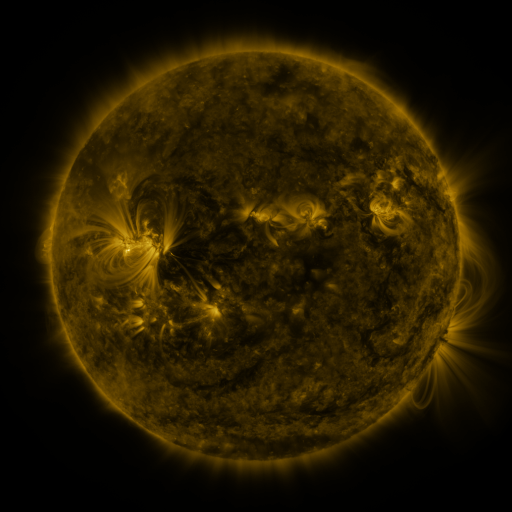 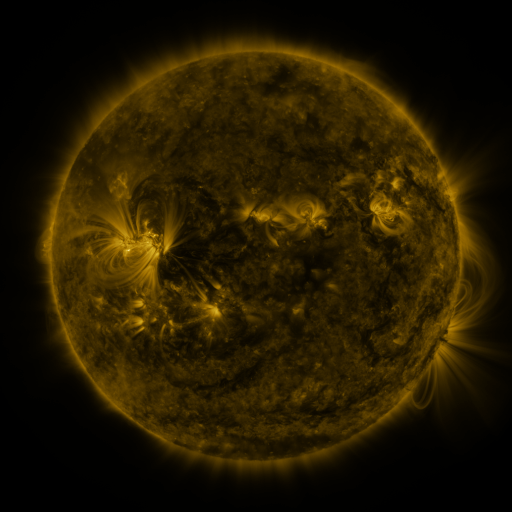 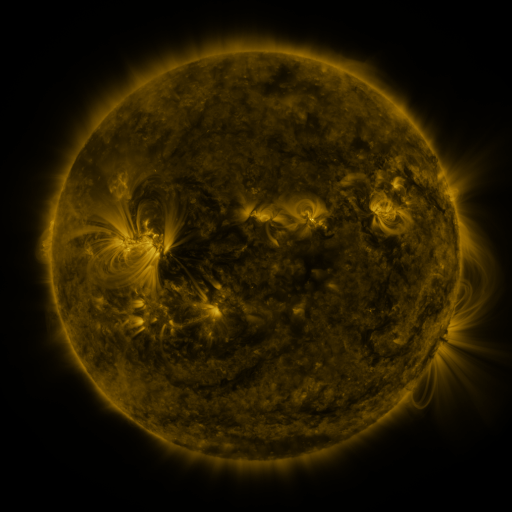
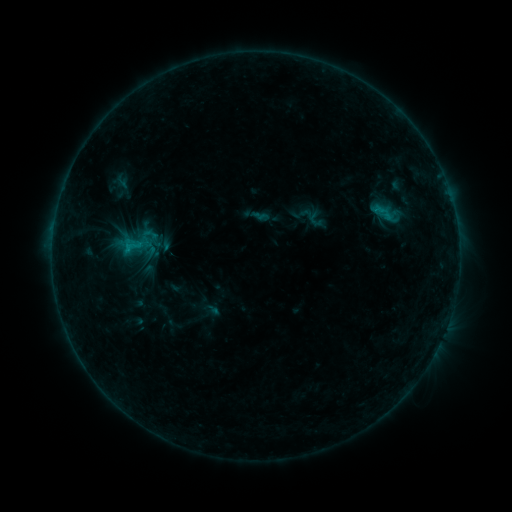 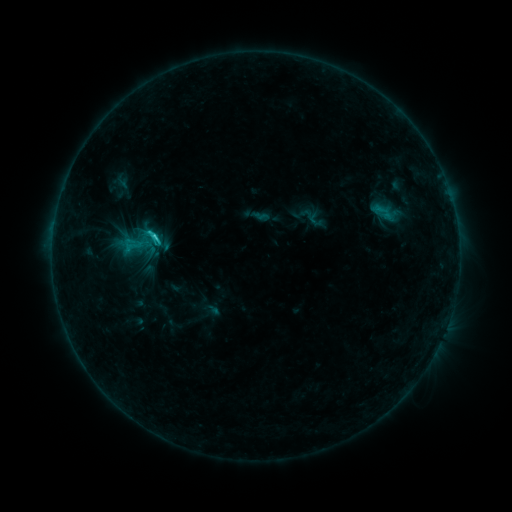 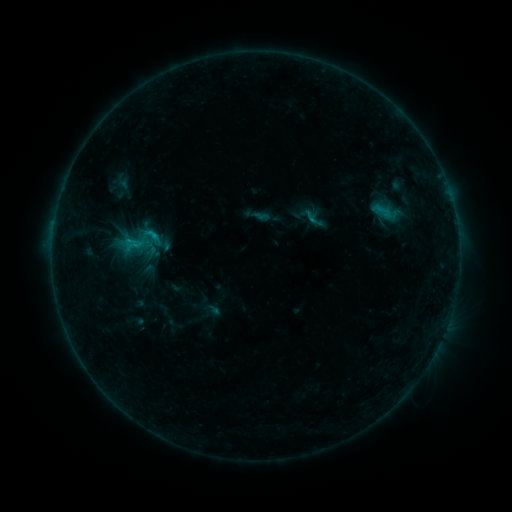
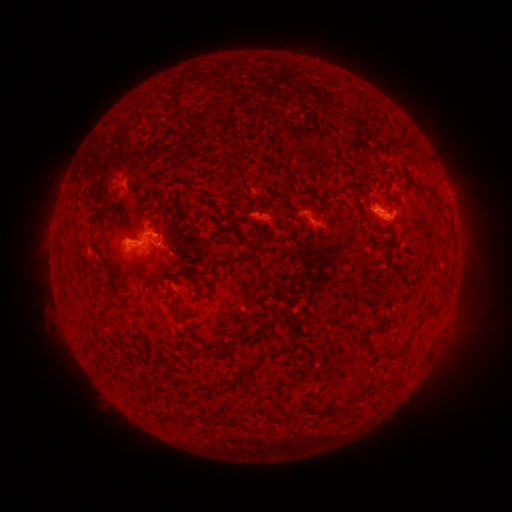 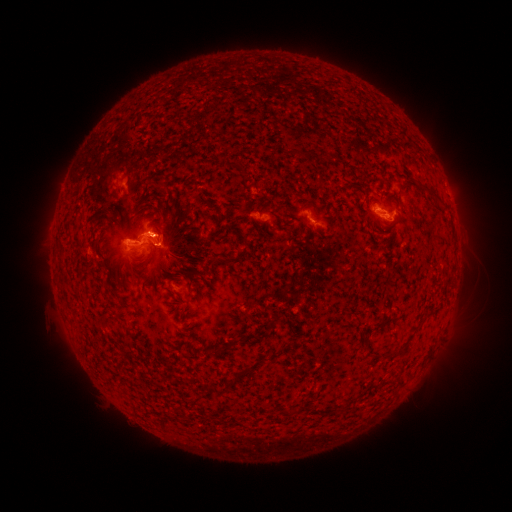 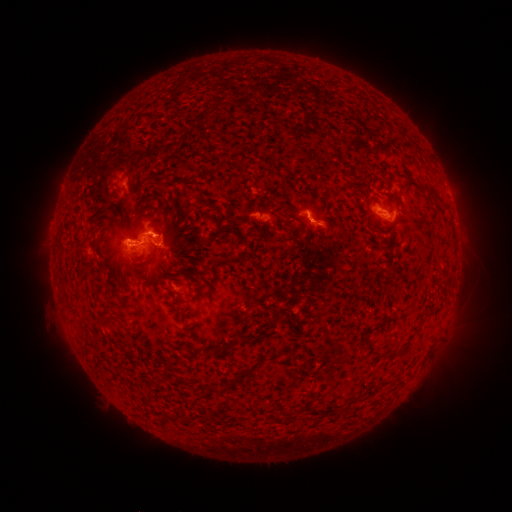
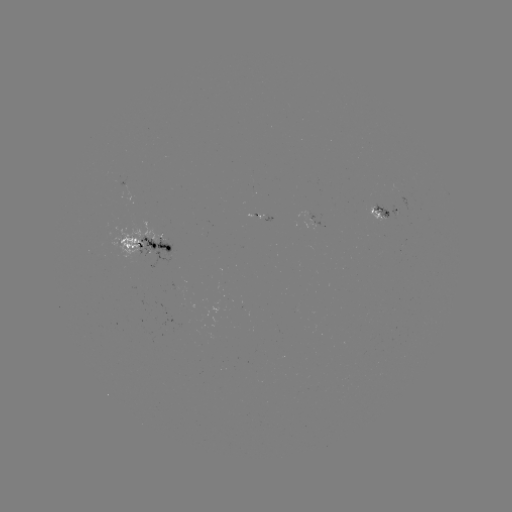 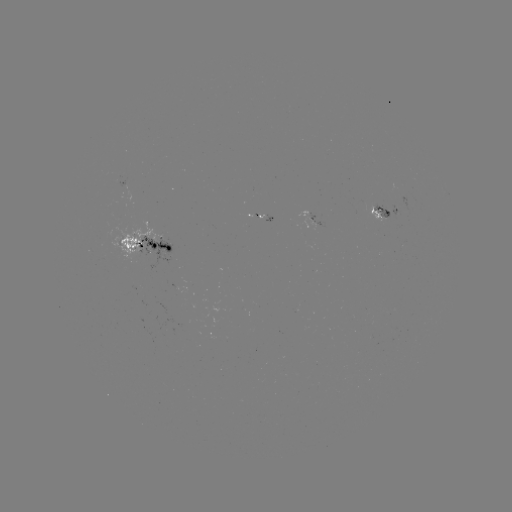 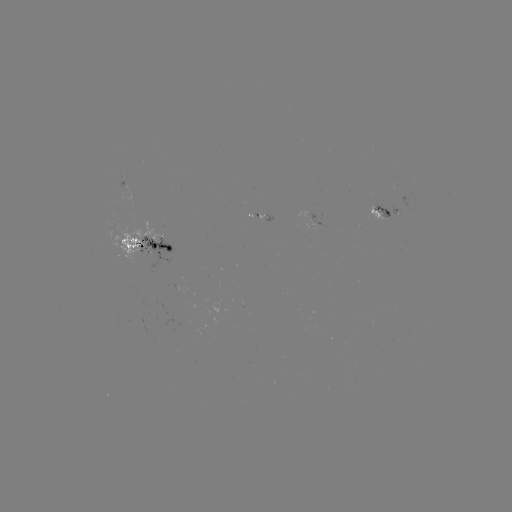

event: flare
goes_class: C1.8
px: (158, 237)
